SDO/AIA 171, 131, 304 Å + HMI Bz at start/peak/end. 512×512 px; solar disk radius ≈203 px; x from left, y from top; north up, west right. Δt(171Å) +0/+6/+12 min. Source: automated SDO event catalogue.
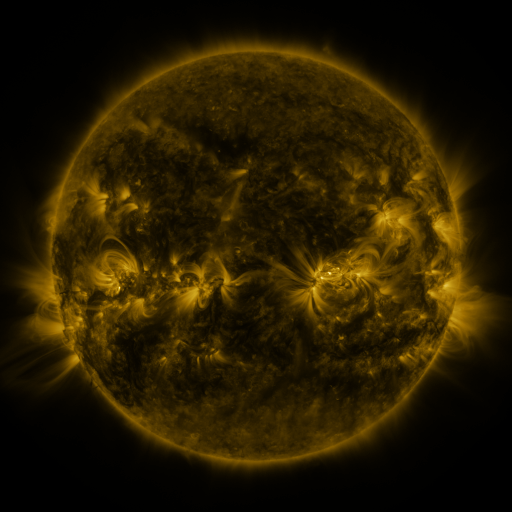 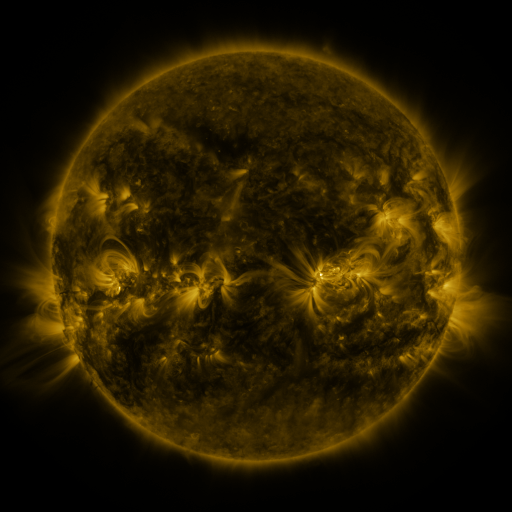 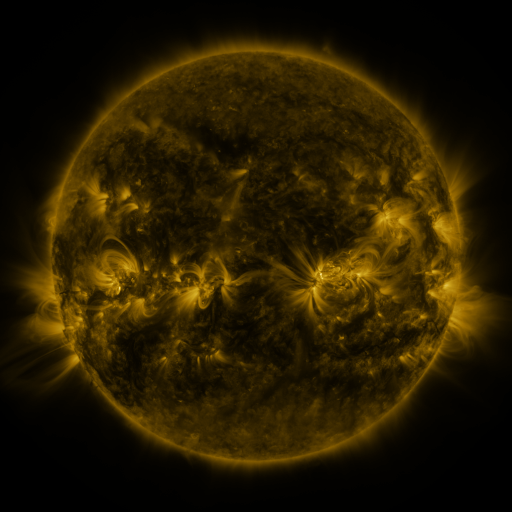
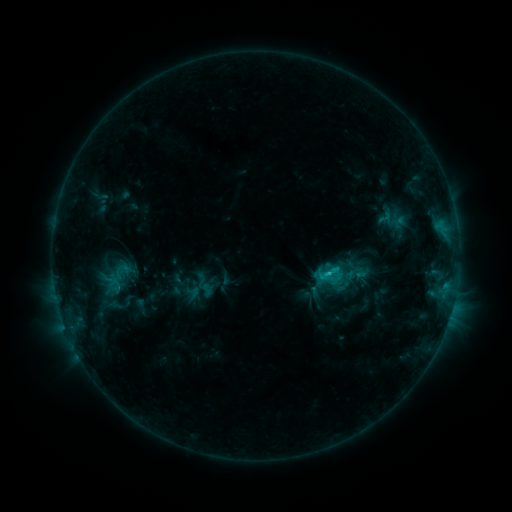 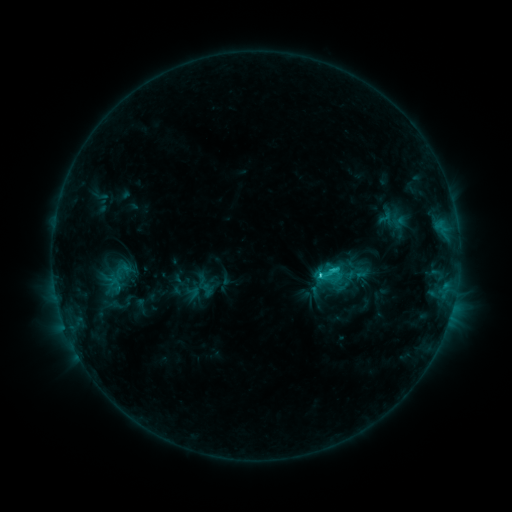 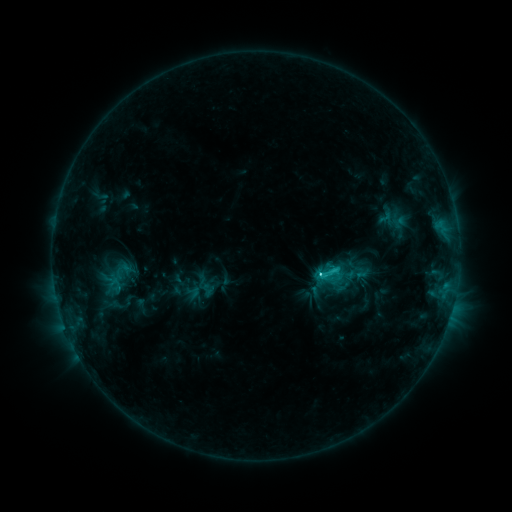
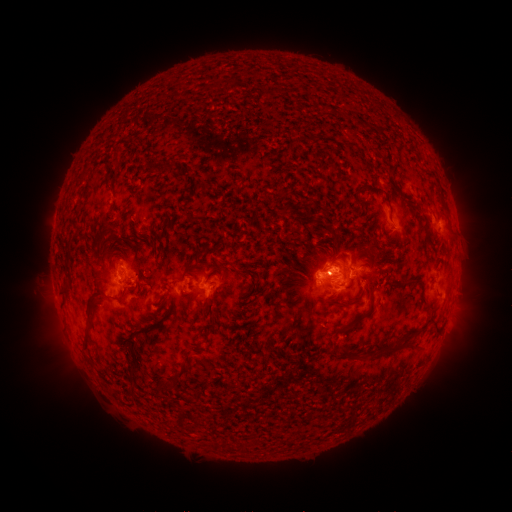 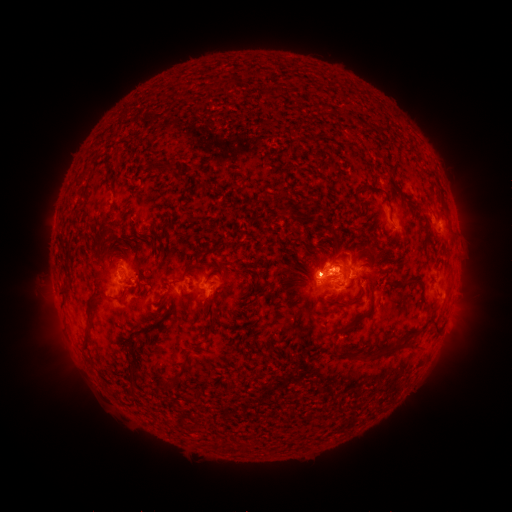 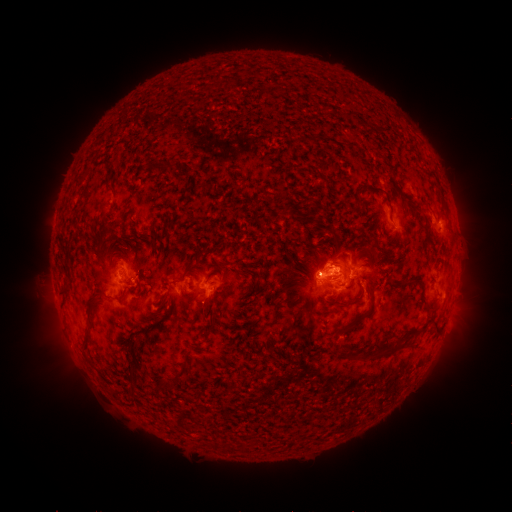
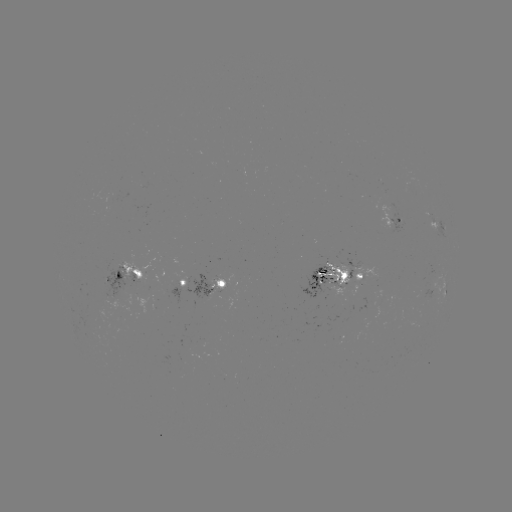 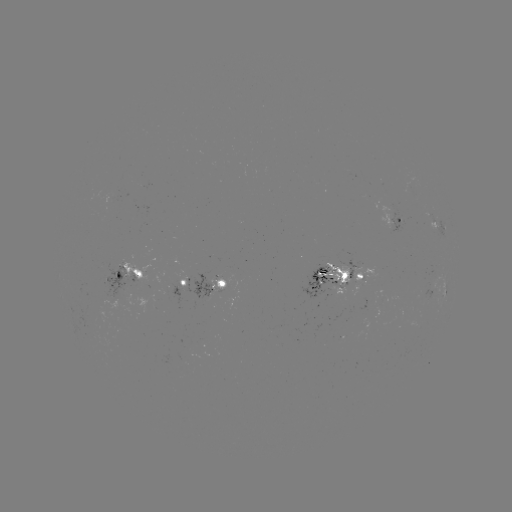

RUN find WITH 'C2.7 flare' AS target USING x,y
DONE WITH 317,272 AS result